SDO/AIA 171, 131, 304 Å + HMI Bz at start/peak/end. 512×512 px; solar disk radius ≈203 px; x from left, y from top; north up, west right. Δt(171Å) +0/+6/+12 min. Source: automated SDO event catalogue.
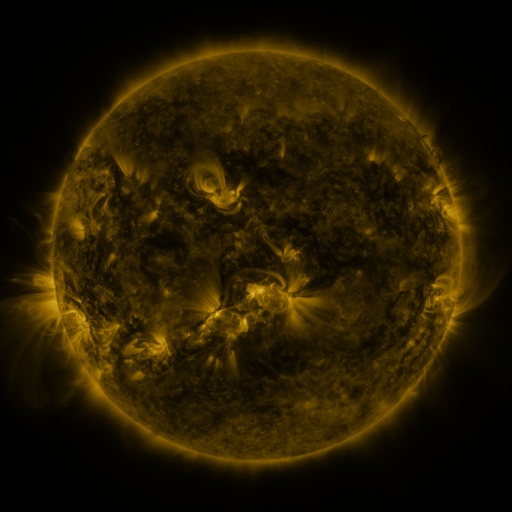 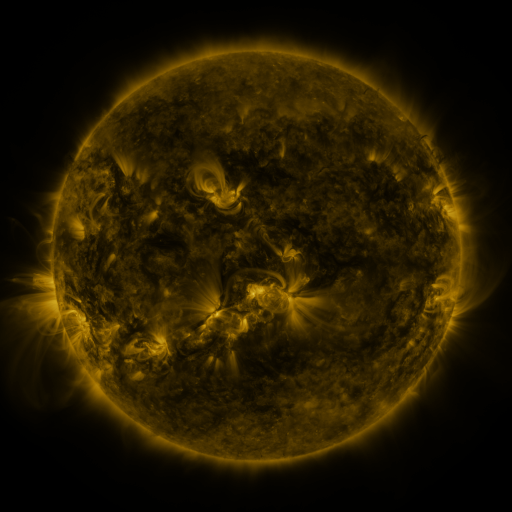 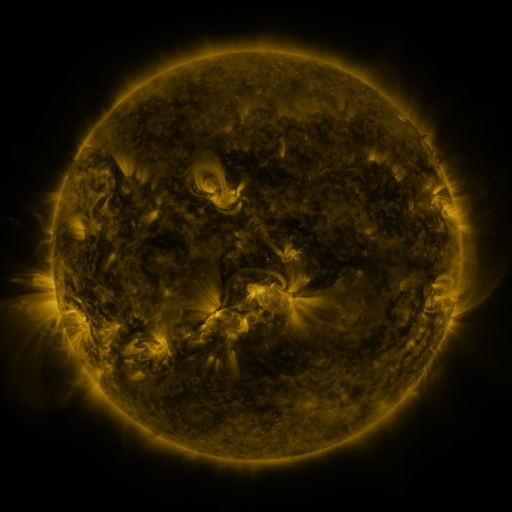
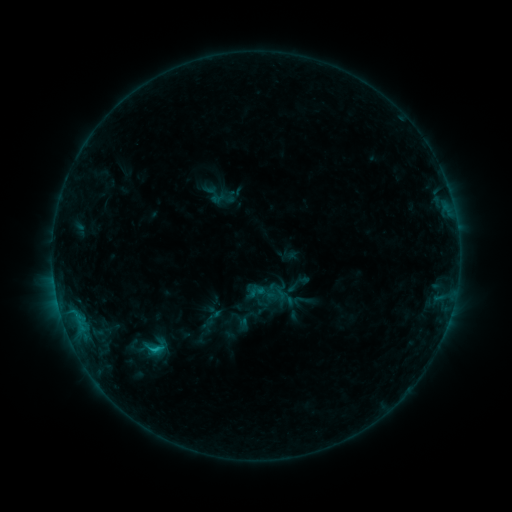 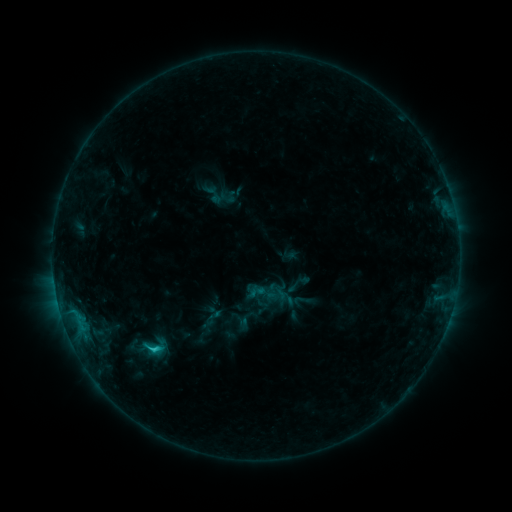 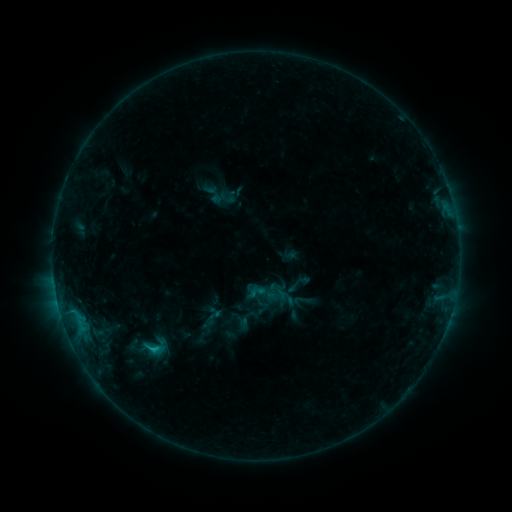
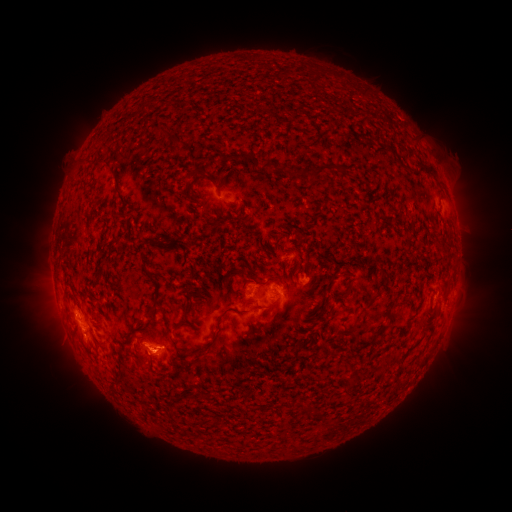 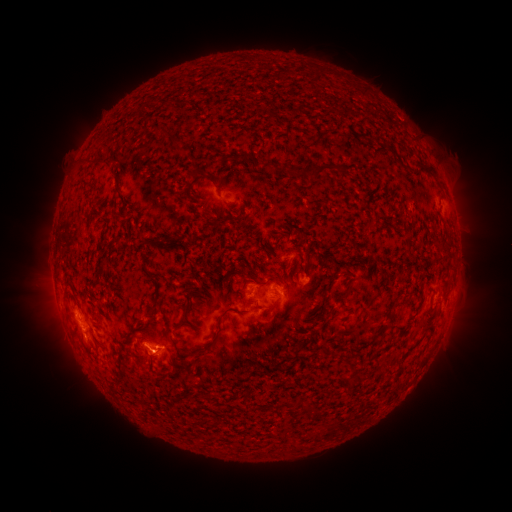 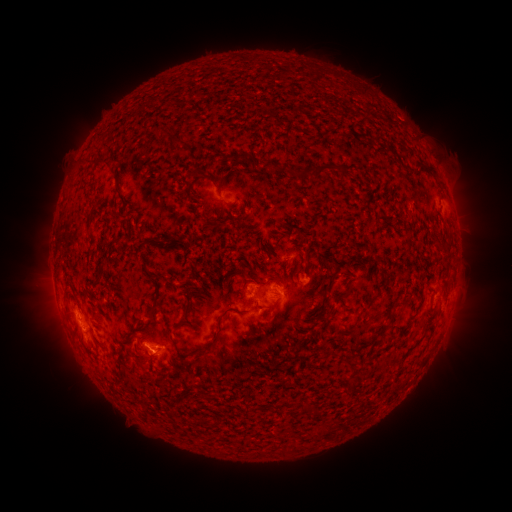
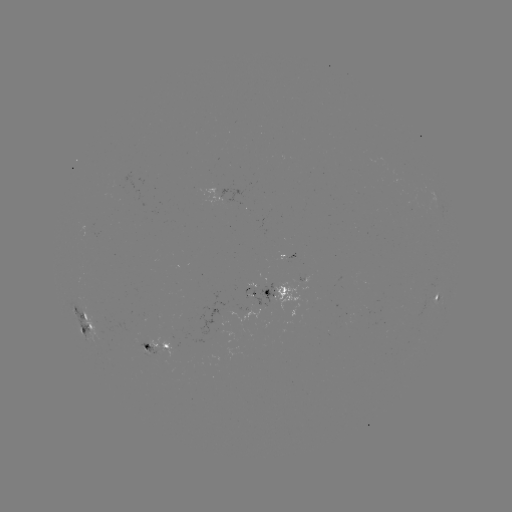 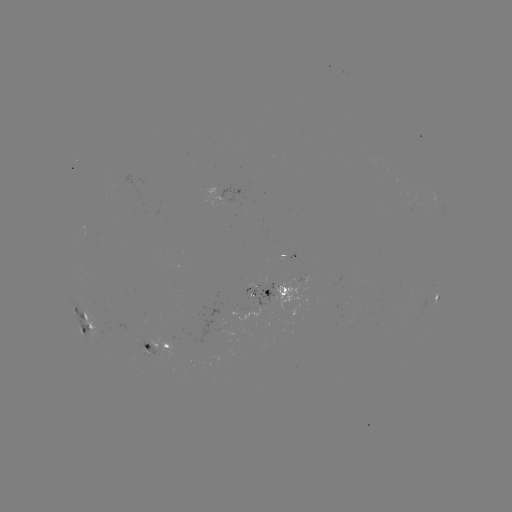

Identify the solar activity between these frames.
C1.2 flare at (156, 348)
